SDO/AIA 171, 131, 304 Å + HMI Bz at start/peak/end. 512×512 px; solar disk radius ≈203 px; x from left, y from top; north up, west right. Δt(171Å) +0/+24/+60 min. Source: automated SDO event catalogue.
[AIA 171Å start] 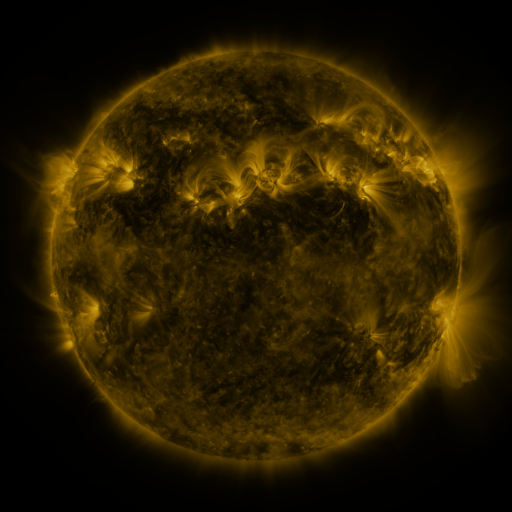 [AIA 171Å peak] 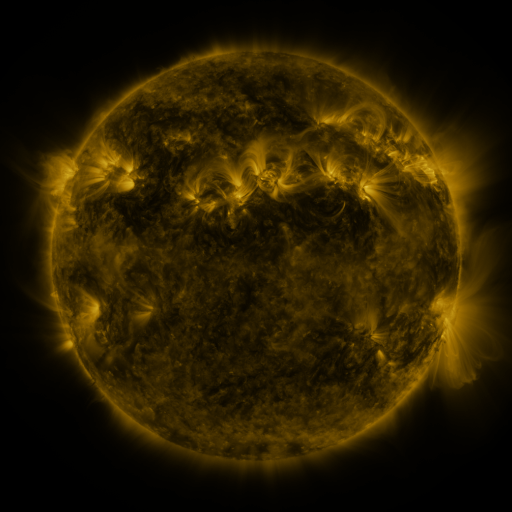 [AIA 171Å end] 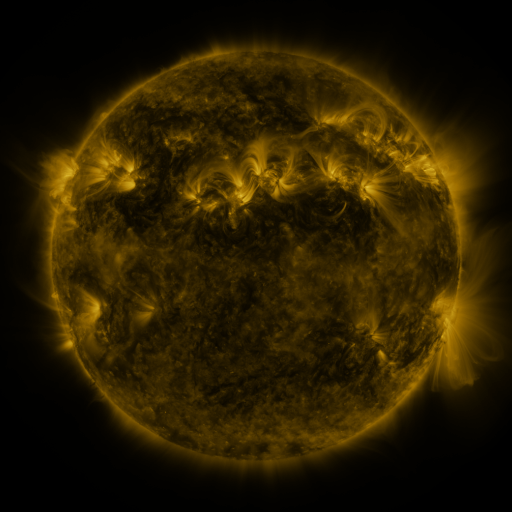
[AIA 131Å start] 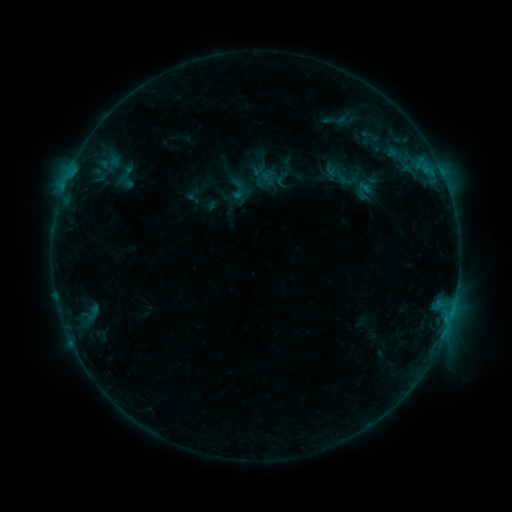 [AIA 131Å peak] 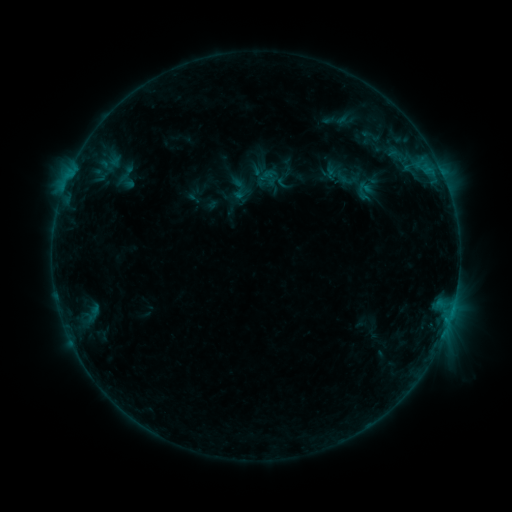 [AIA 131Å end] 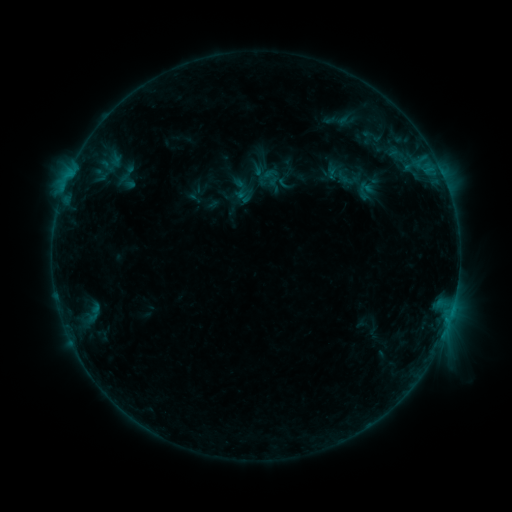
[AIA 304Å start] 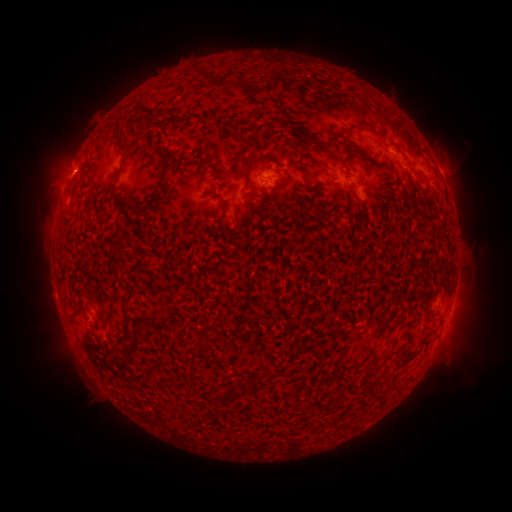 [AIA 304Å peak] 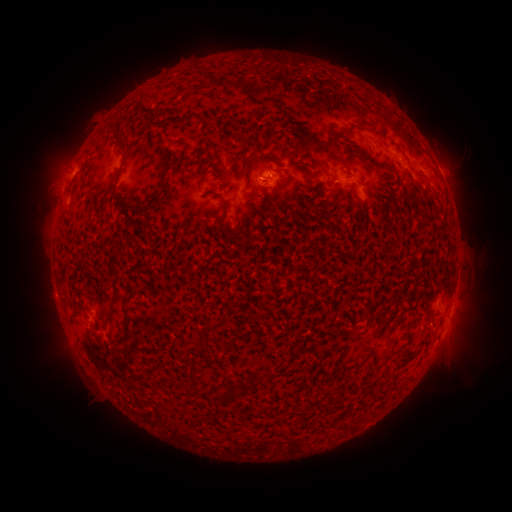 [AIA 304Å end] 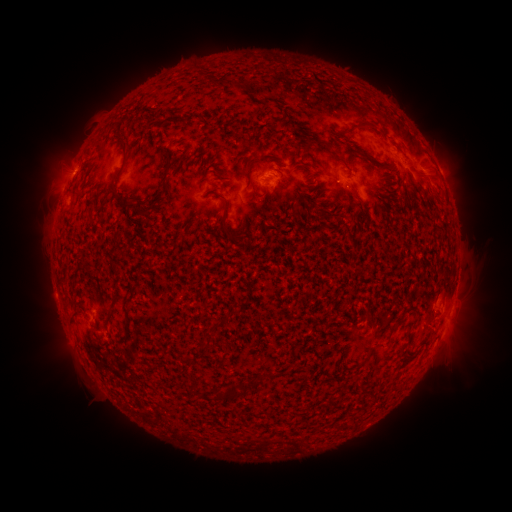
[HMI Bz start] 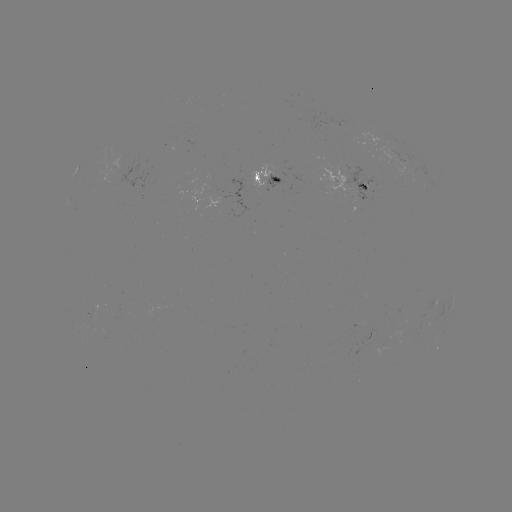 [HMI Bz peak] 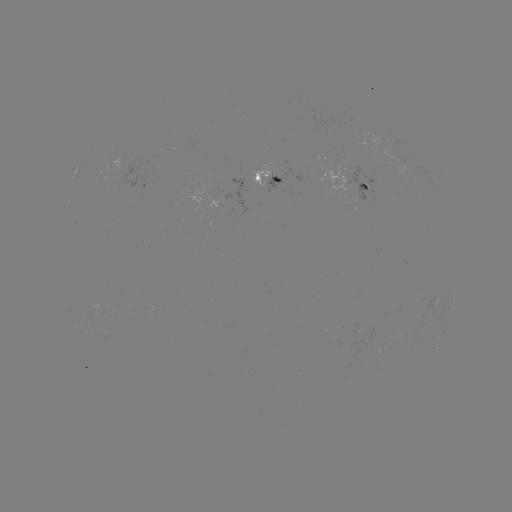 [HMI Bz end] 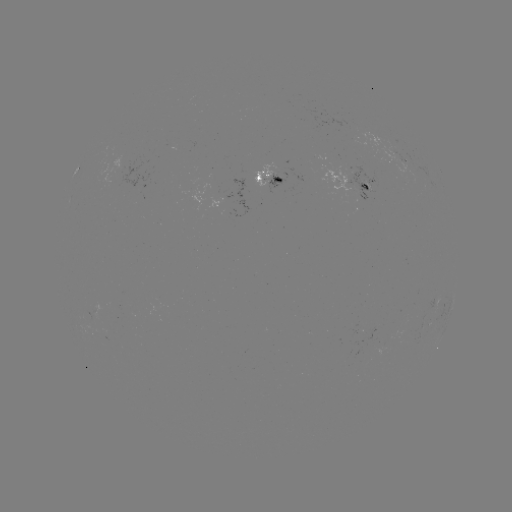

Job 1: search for emerging-flux region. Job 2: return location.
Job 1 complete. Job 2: (264, 182).